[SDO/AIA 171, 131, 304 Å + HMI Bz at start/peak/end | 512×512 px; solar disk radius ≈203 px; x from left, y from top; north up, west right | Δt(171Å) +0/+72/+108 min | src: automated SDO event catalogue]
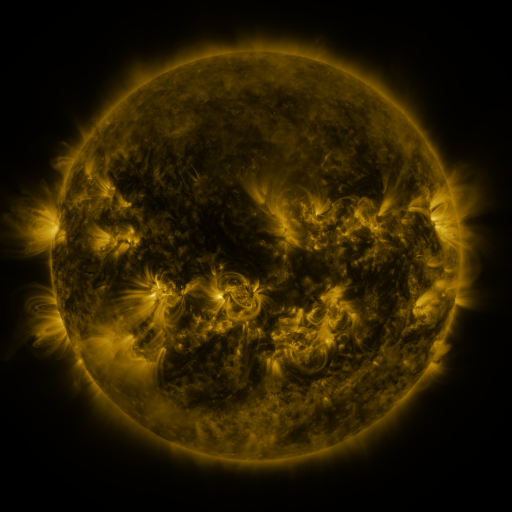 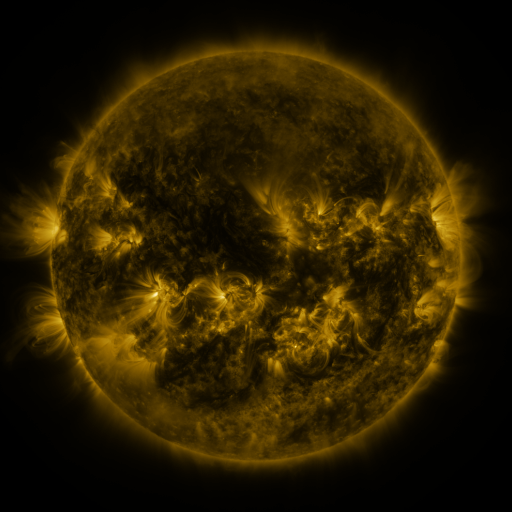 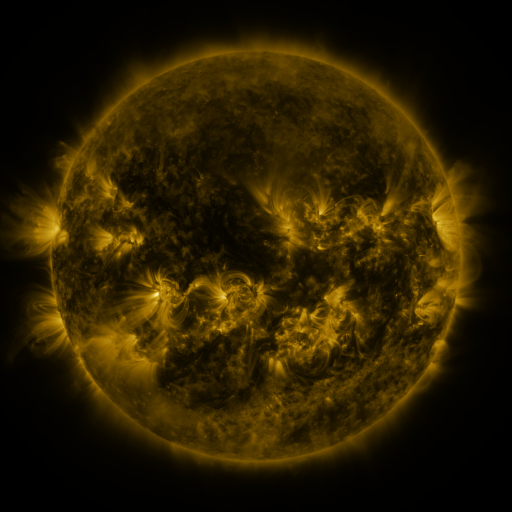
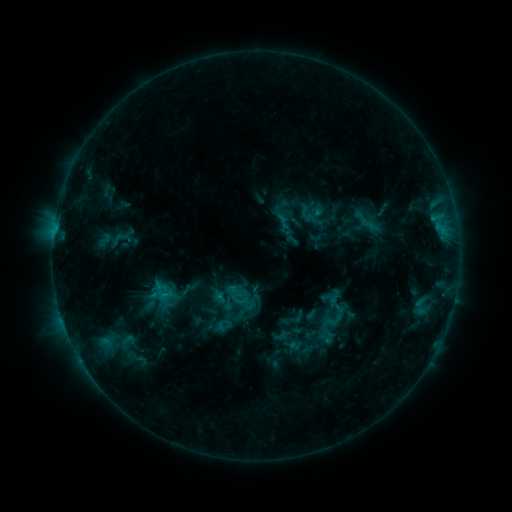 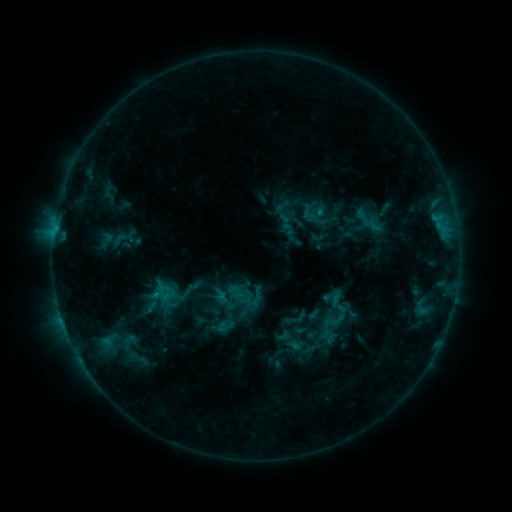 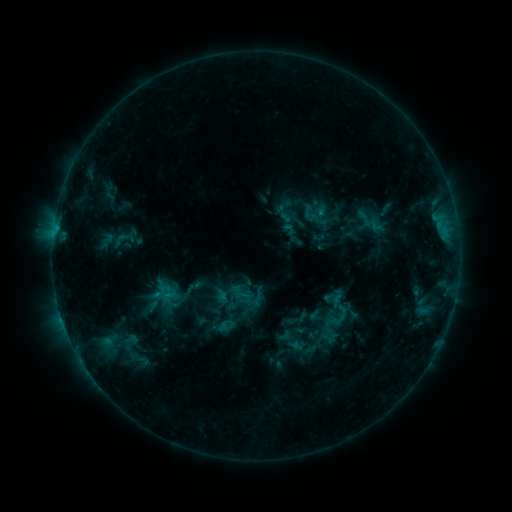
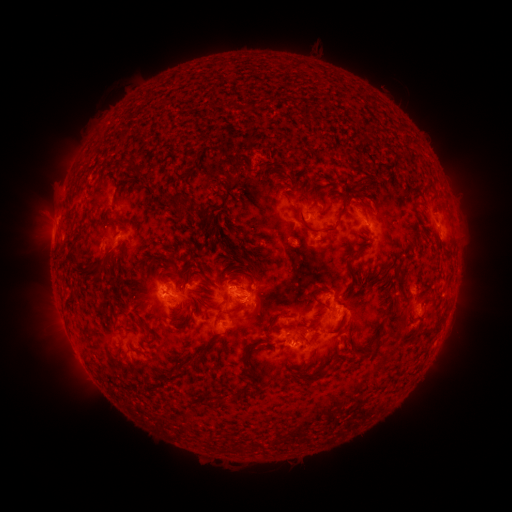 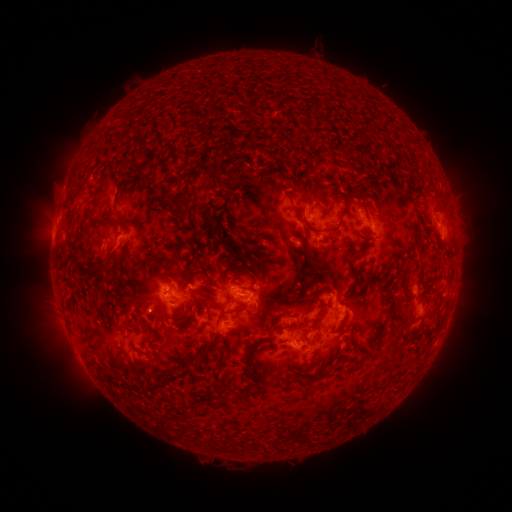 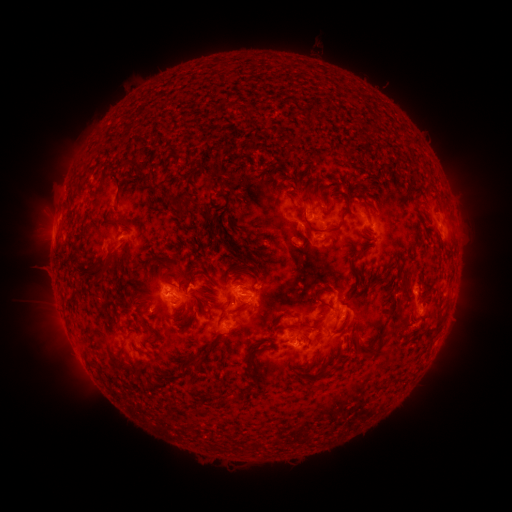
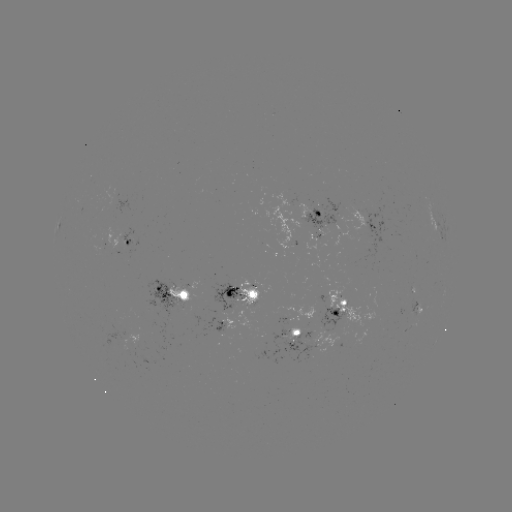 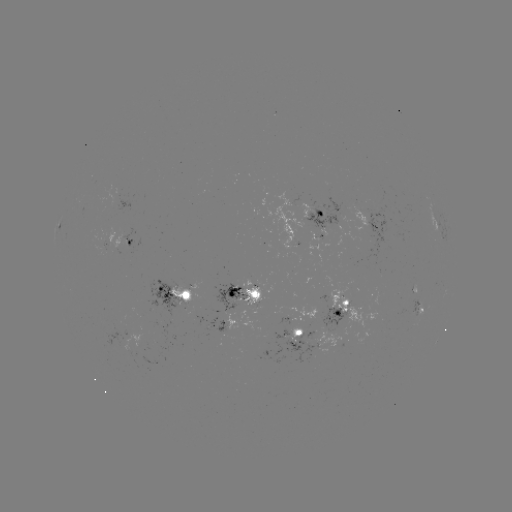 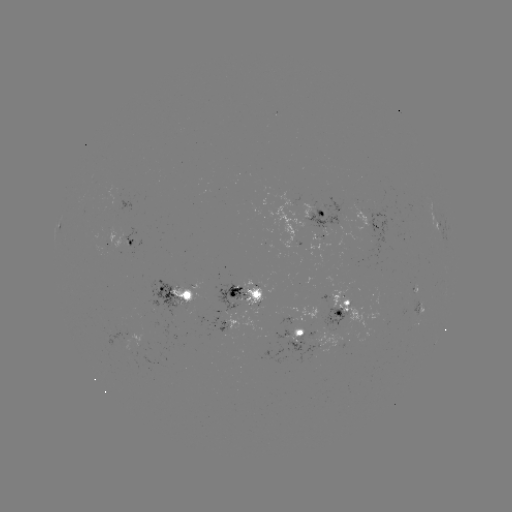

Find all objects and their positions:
emerging-flux region: (232, 302)
